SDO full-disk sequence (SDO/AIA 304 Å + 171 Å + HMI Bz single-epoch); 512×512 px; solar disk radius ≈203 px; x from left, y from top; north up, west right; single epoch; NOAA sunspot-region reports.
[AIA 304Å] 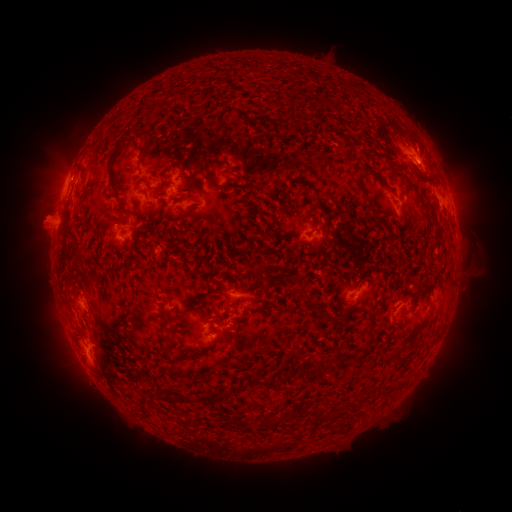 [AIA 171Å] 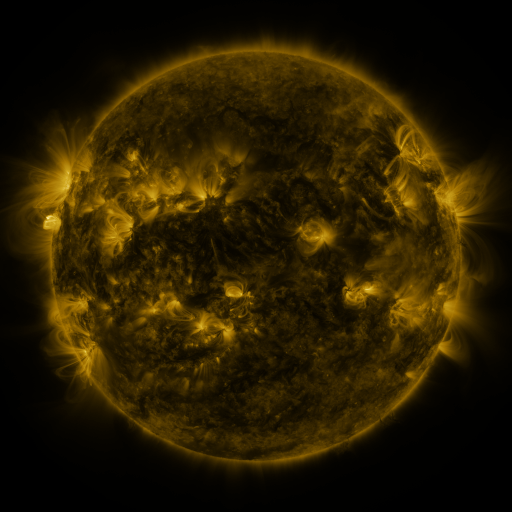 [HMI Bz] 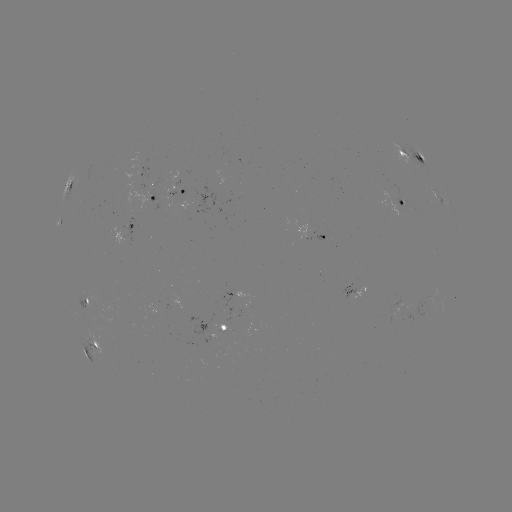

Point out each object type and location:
spotted active region: (414, 155)
spotted active region: (146, 176)
spotted active region: (72, 183)
spotted active region: (188, 191)
spotted active region: (154, 196)
spotted active region: (439, 199)
spotted active region: (403, 201)
spotted active region: (59, 221)
spotted active region: (125, 228)
spotted active region: (325, 229)
spotted active region: (360, 294)
spotted active region: (85, 302)
spotted active region: (223, 327)
spotted active region: (95, 346)
